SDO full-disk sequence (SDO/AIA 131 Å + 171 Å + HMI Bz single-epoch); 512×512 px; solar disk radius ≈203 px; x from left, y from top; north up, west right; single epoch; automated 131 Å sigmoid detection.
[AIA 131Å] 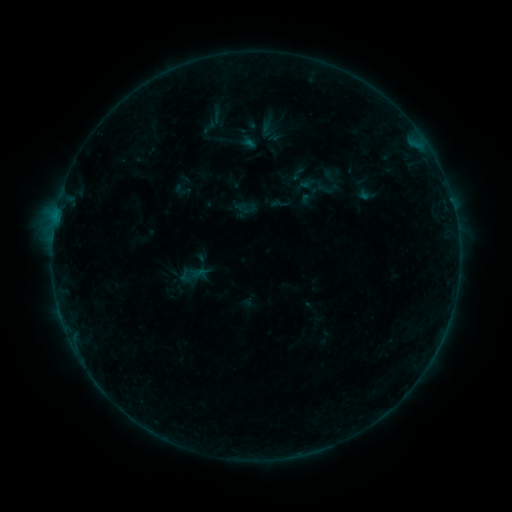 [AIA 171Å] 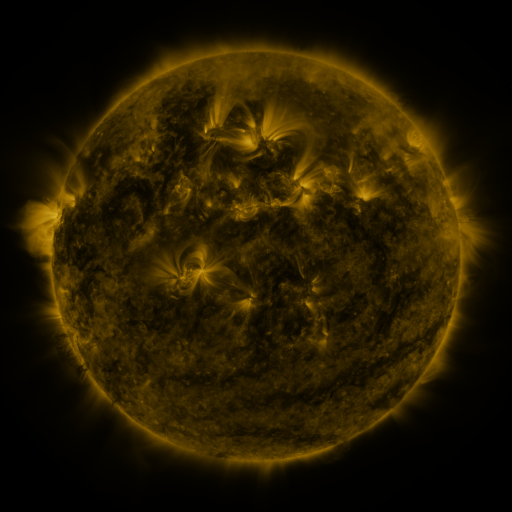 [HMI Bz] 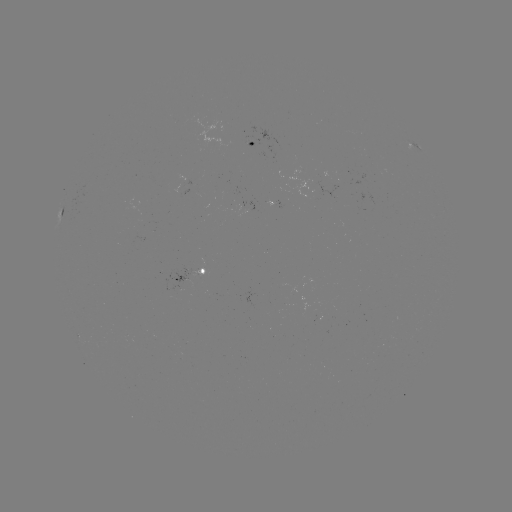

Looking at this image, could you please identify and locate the sigmoid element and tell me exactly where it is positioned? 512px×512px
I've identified sigmoid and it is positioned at [209, 127].